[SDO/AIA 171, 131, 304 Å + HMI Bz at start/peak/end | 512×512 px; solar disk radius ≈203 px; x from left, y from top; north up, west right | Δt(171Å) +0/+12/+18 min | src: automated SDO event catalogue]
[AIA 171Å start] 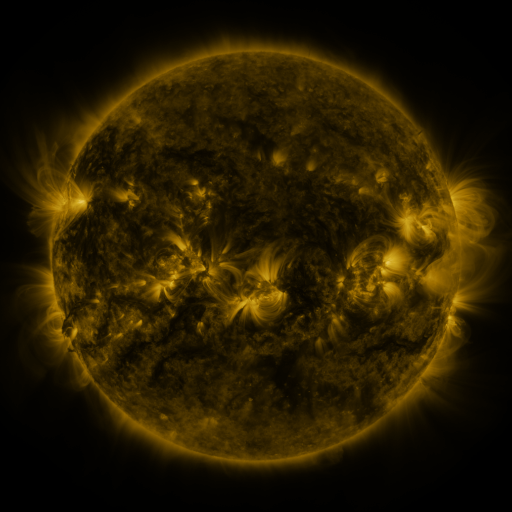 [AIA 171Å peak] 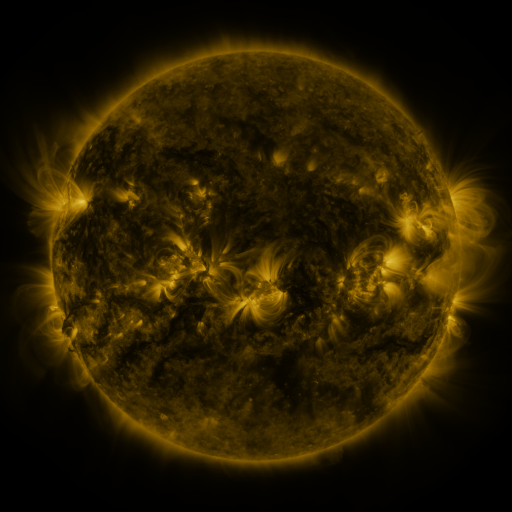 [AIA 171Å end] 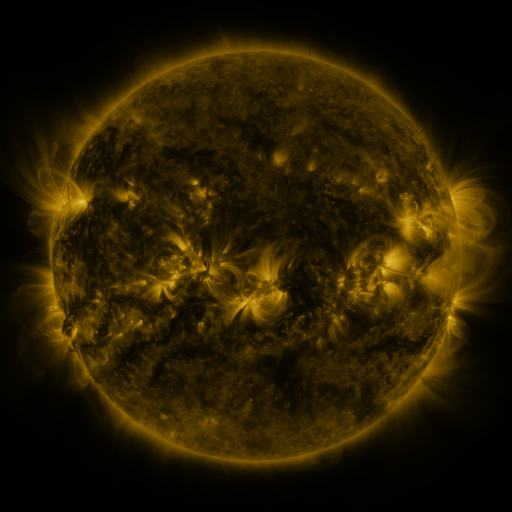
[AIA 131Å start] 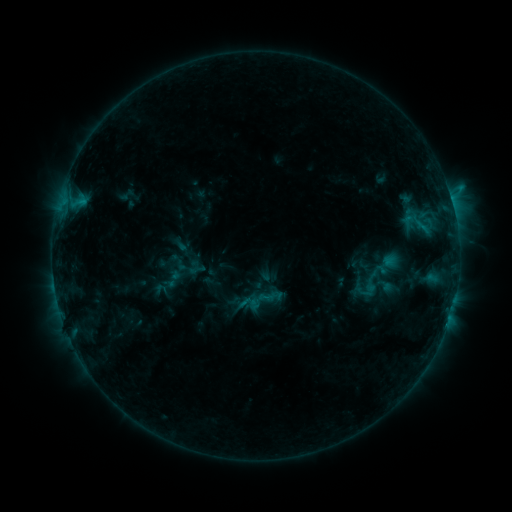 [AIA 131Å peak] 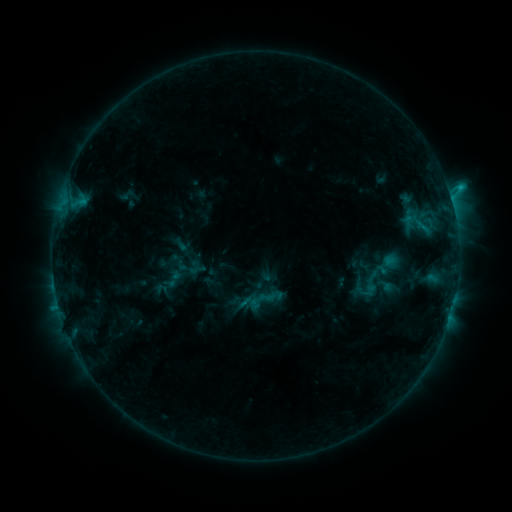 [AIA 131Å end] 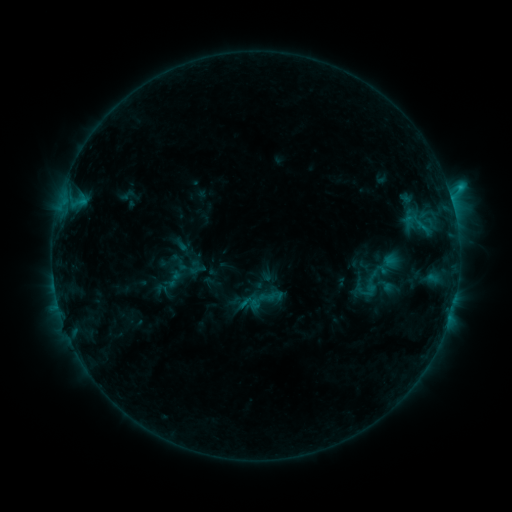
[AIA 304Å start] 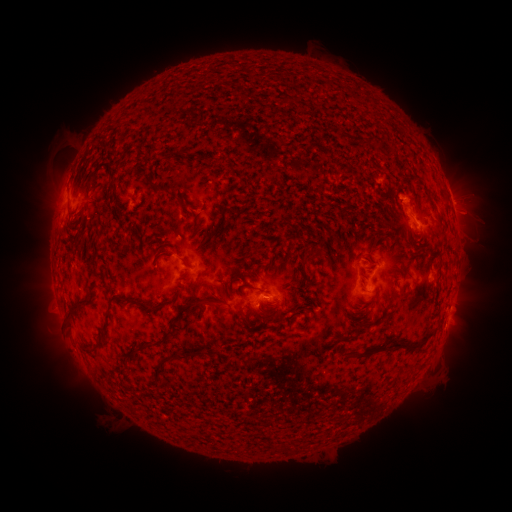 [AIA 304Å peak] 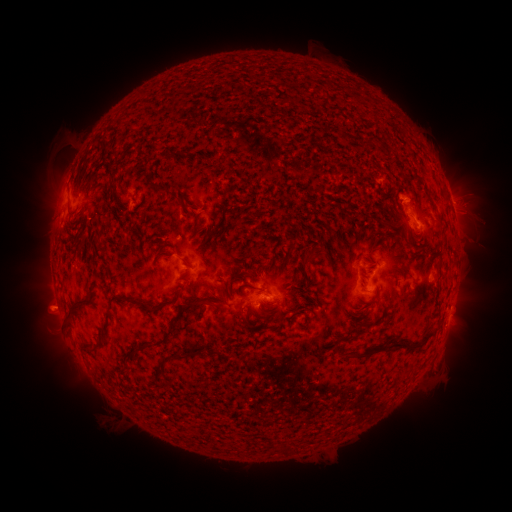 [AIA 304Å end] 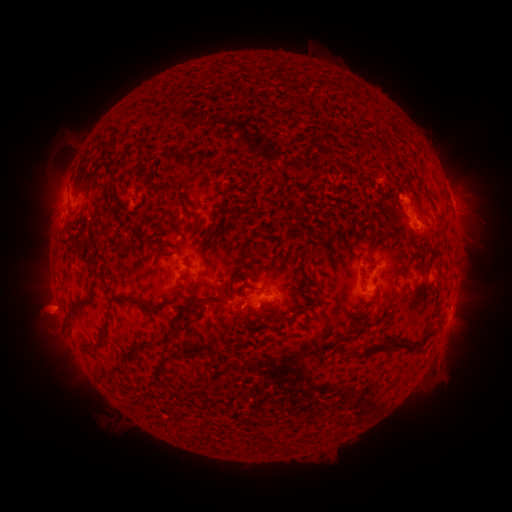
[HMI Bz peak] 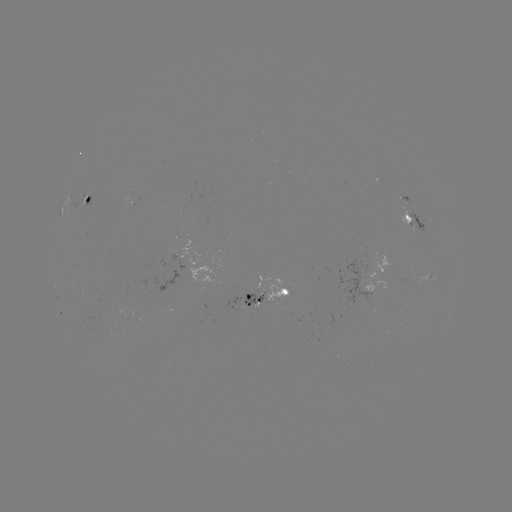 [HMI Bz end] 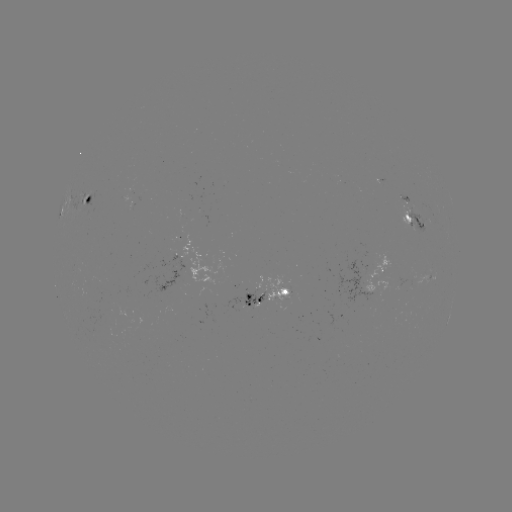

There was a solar eruption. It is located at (48, 312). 